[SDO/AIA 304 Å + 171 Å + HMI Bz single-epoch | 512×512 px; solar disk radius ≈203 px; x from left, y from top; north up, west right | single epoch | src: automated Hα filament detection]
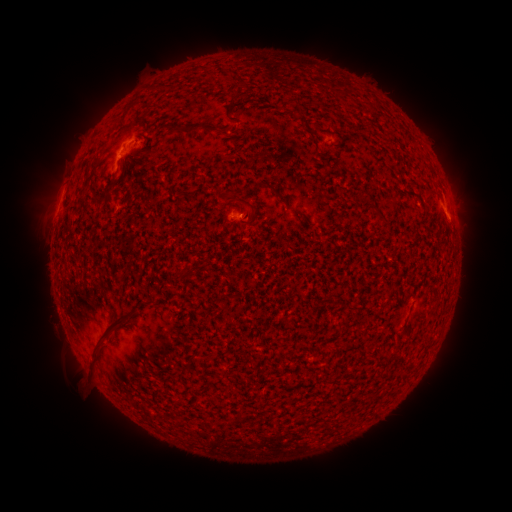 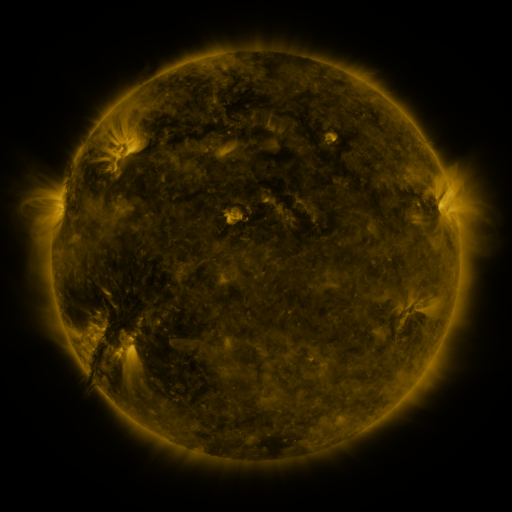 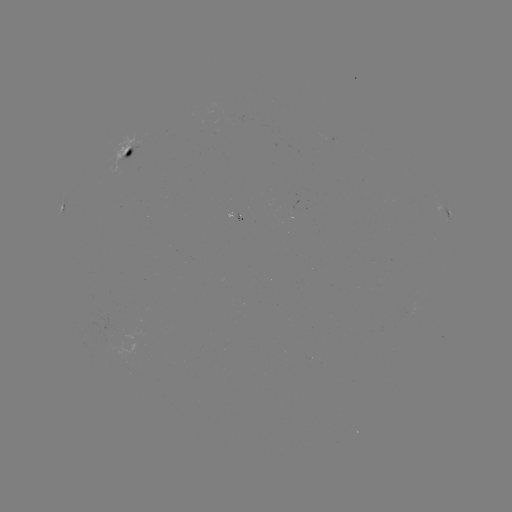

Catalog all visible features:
filament: <bbox>174, 122, 201, 135</bbox>
filament: <bbox>272, 188, 288, 205</bbox>
filament: <bbox>244, 210, 252, 220</bbox>
filament: <bbox>175, 268, 192, 279</bbox>
filament: <bbox>96, 315, 123, 340</bbox>
filament: <bbox>88, 349, 99, 365</bbox>
